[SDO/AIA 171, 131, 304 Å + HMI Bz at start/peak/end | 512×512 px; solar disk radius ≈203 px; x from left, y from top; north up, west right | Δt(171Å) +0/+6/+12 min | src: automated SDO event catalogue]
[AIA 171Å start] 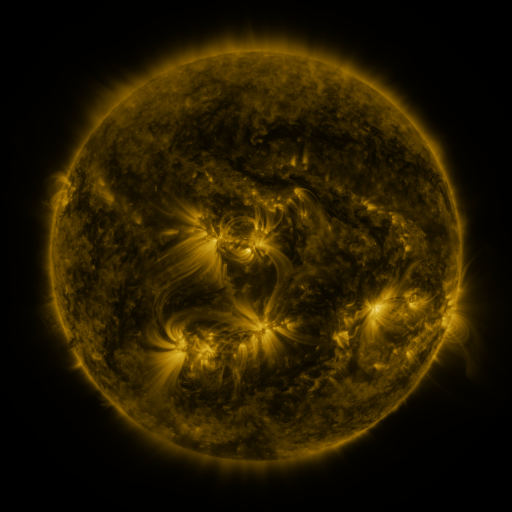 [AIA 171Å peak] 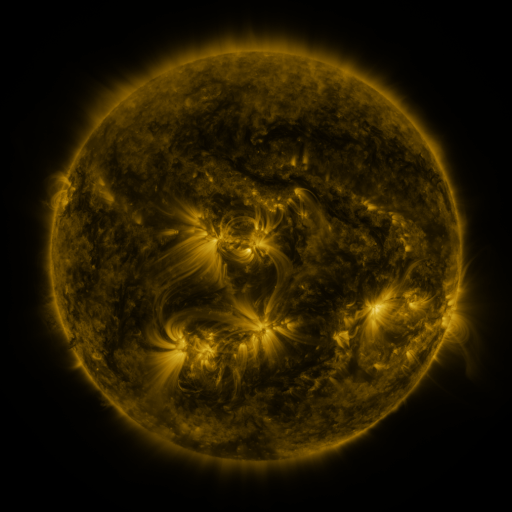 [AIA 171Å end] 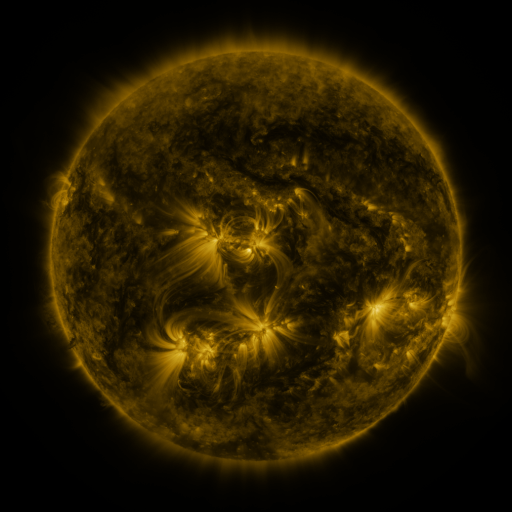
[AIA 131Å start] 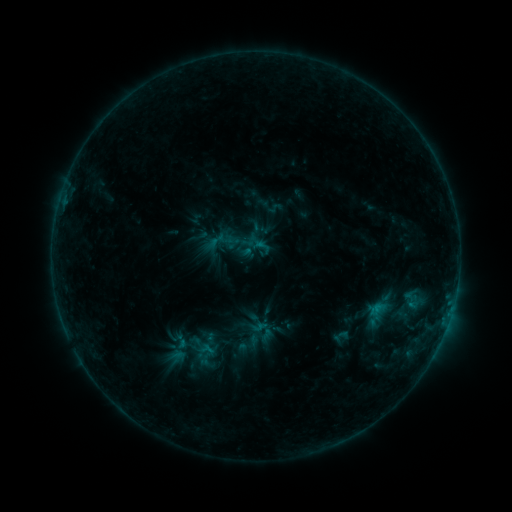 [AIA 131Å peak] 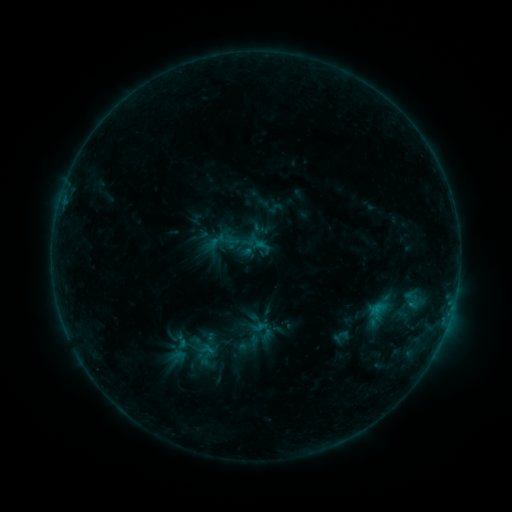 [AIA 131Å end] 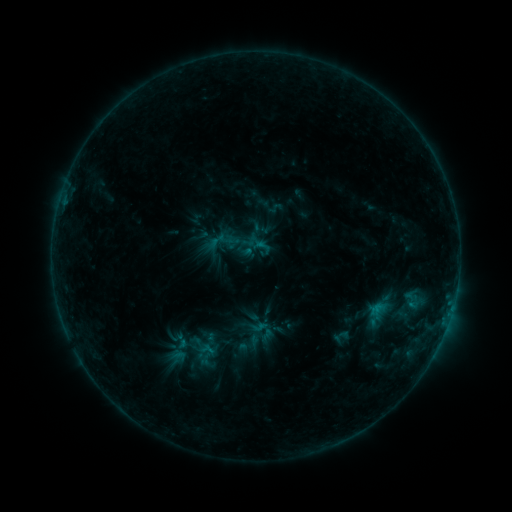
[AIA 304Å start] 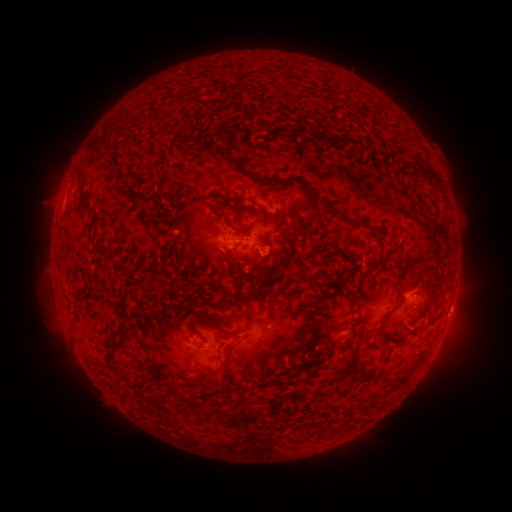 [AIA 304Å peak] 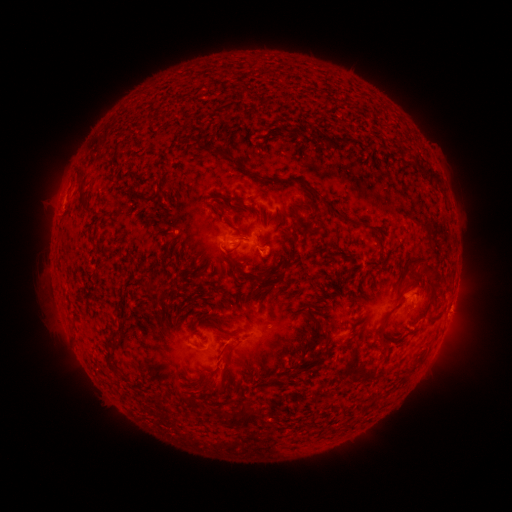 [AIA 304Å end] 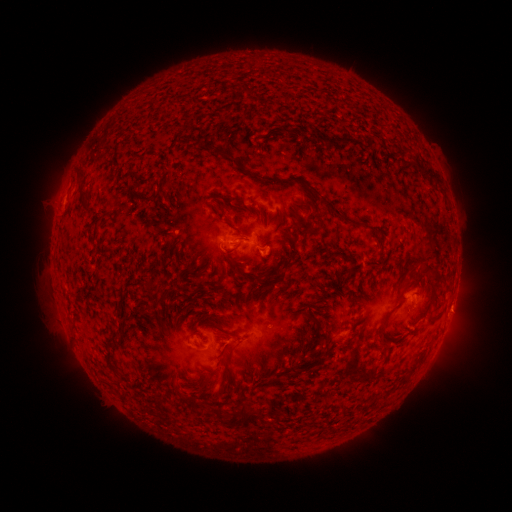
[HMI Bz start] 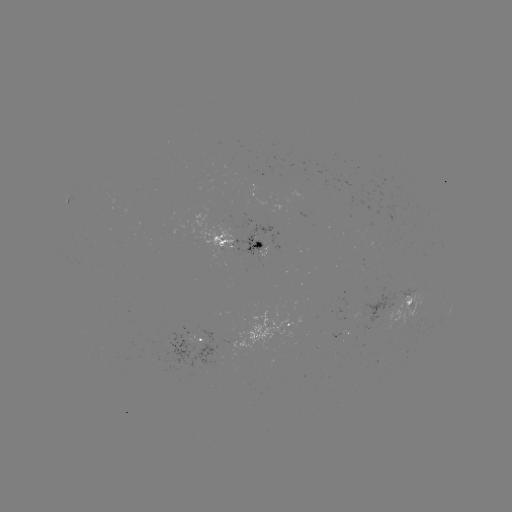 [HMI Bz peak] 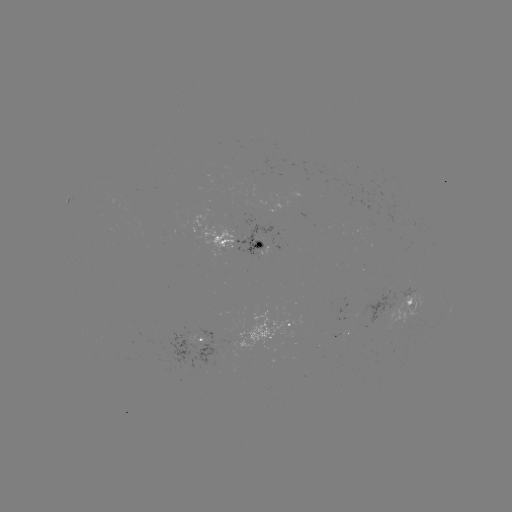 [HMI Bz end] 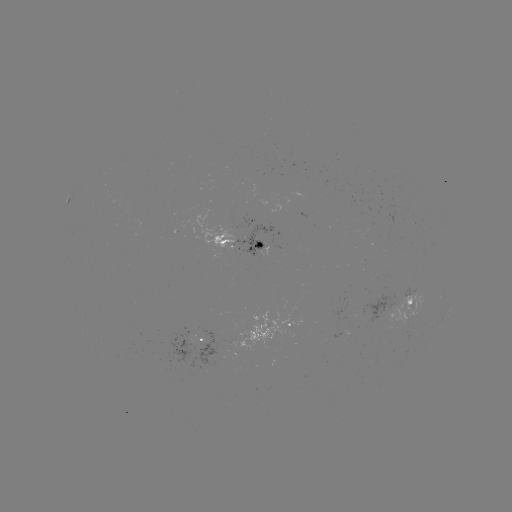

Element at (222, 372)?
eruption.